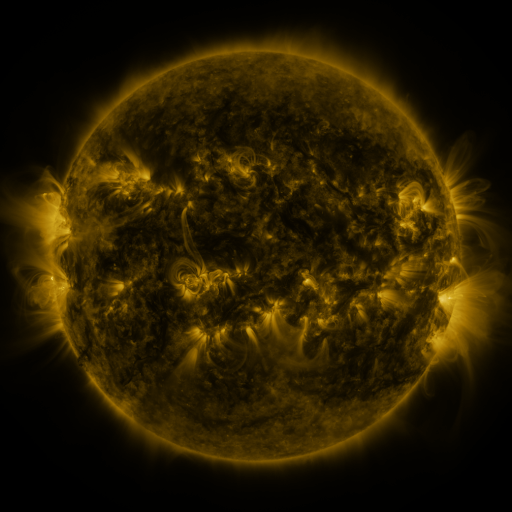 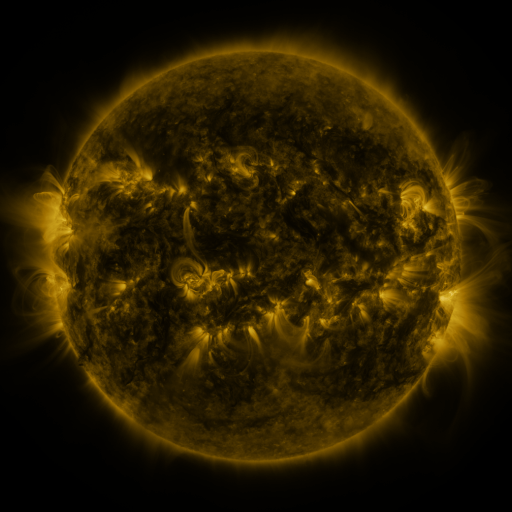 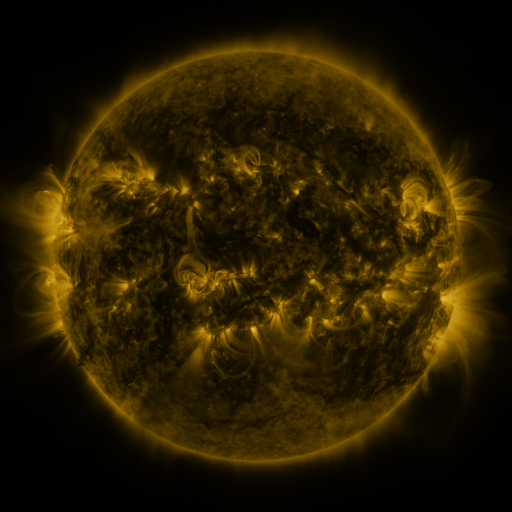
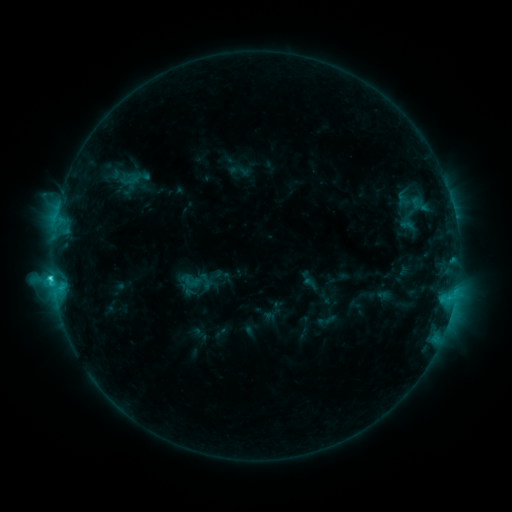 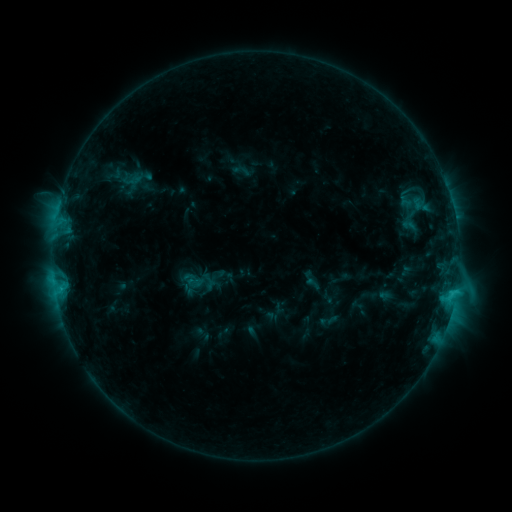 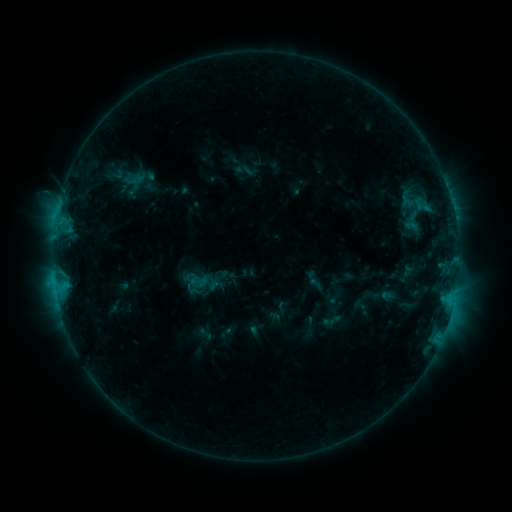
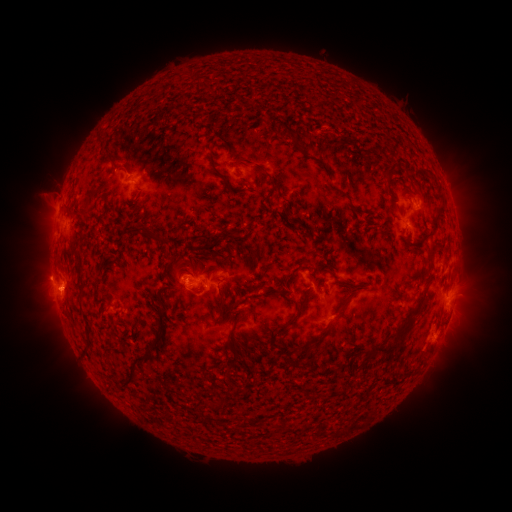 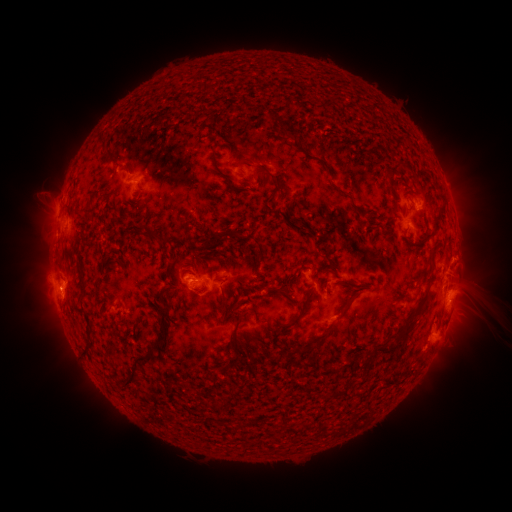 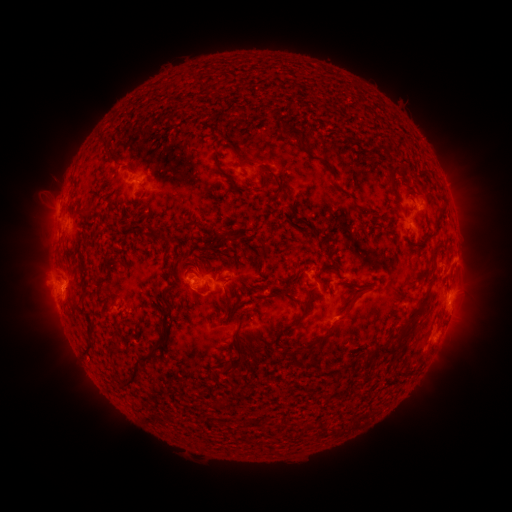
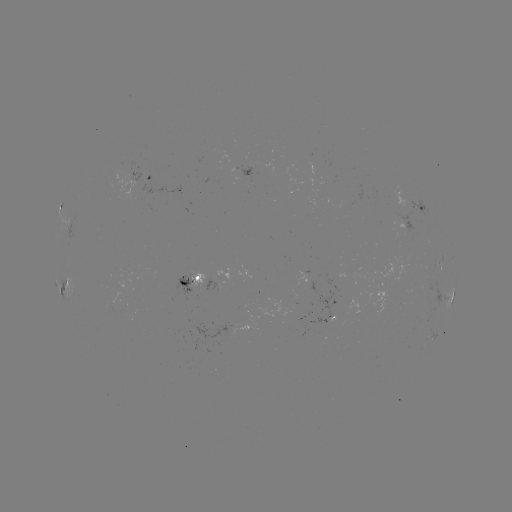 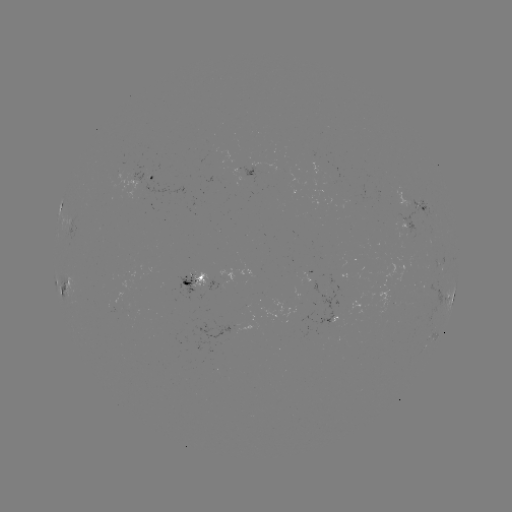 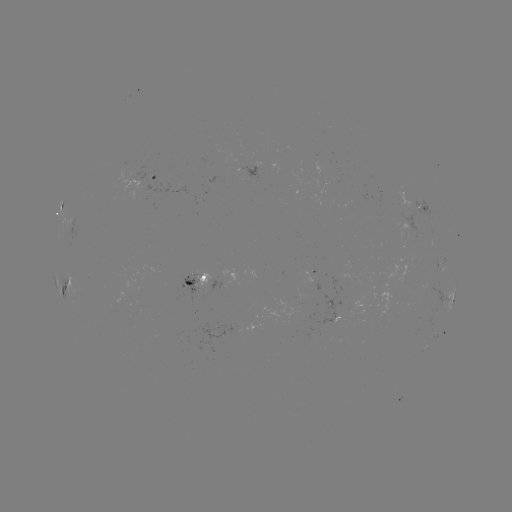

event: filament eruption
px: (477, 293)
